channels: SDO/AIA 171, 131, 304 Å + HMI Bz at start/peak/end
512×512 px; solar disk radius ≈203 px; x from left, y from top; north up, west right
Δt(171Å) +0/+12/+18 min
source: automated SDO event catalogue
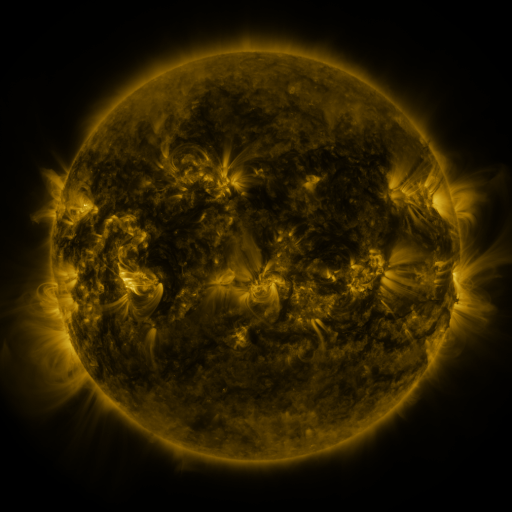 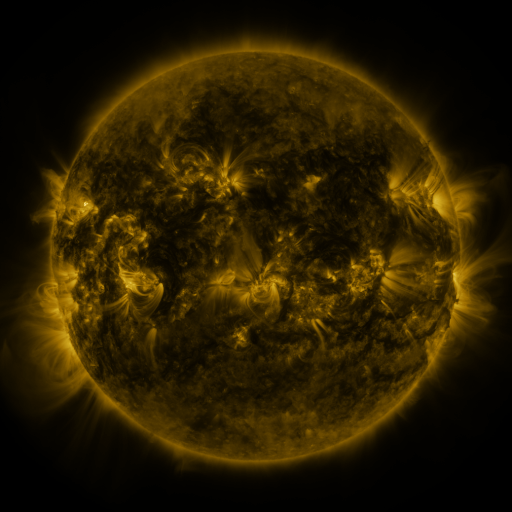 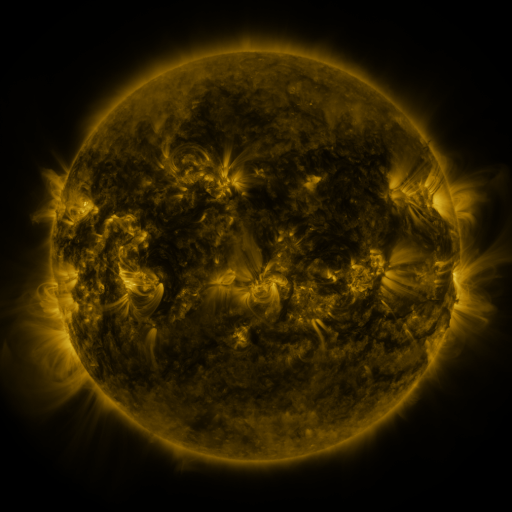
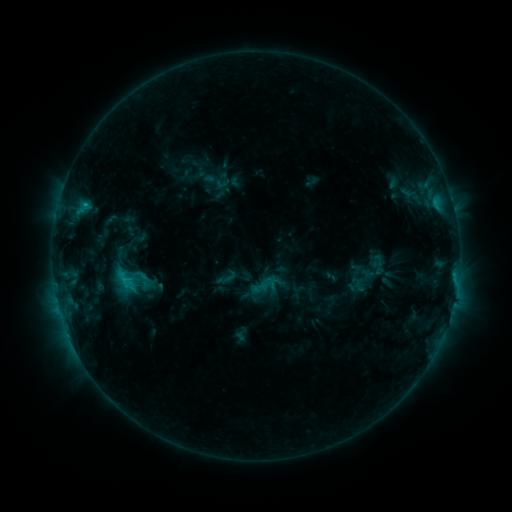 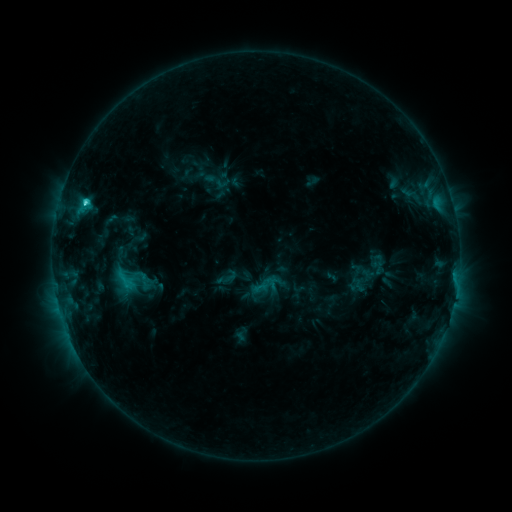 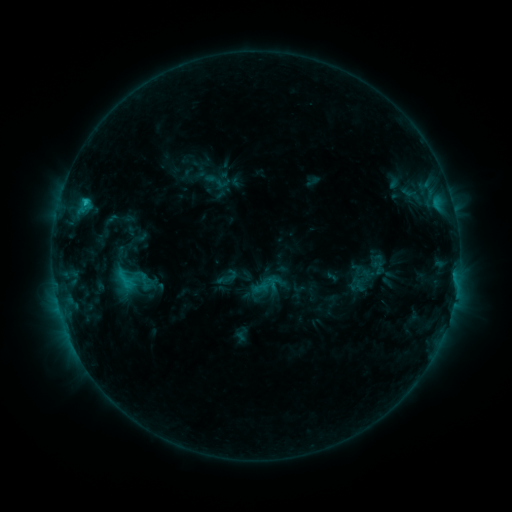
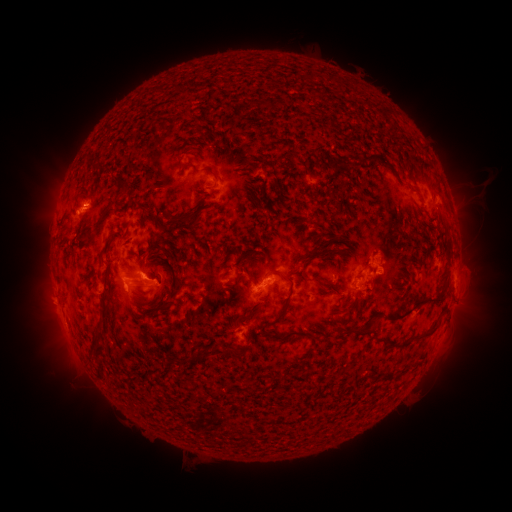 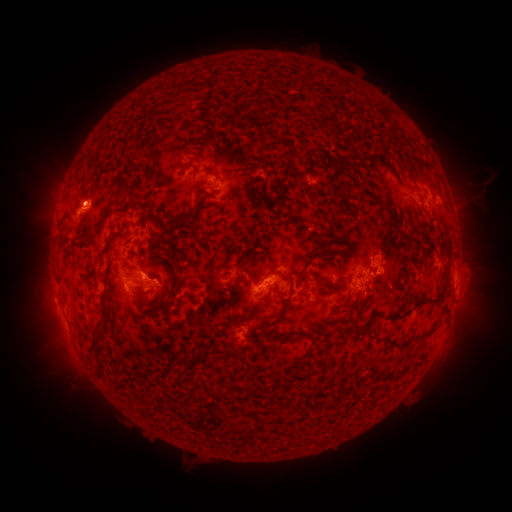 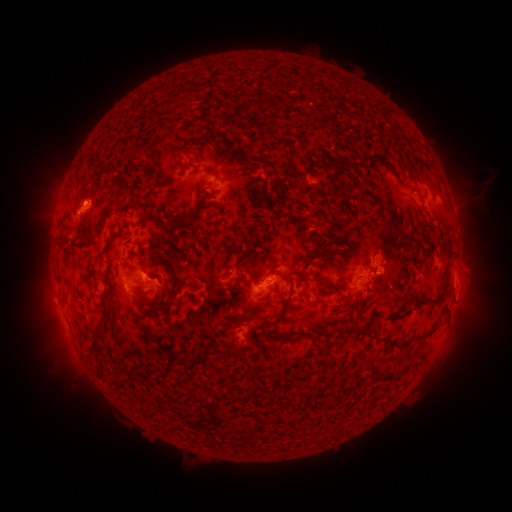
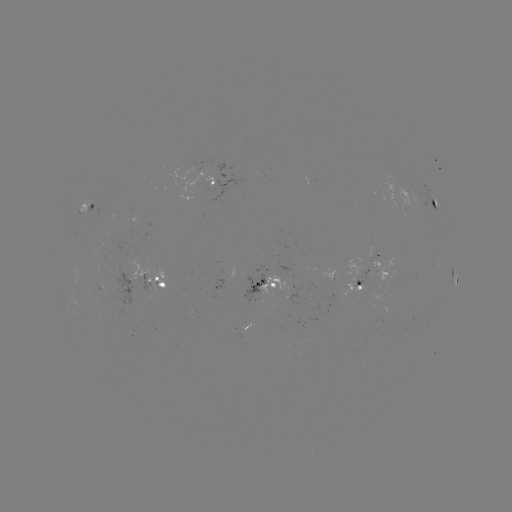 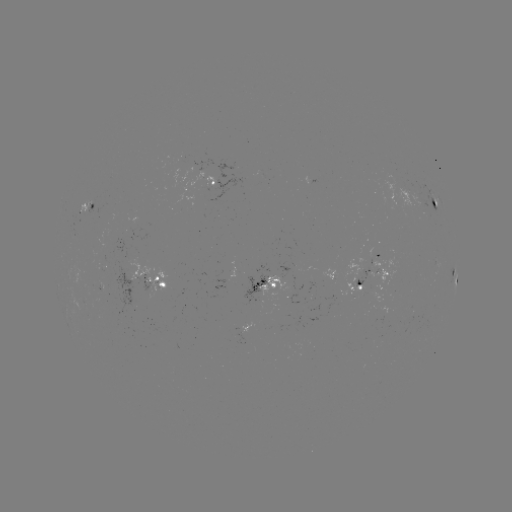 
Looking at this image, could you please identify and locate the C2.6 flare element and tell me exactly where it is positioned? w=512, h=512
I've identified C2.6 flare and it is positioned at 86,204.